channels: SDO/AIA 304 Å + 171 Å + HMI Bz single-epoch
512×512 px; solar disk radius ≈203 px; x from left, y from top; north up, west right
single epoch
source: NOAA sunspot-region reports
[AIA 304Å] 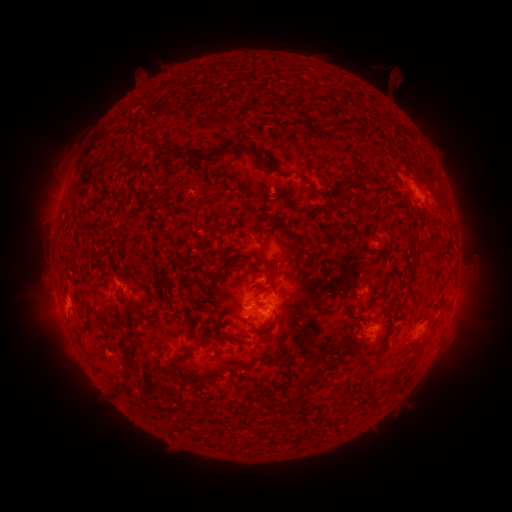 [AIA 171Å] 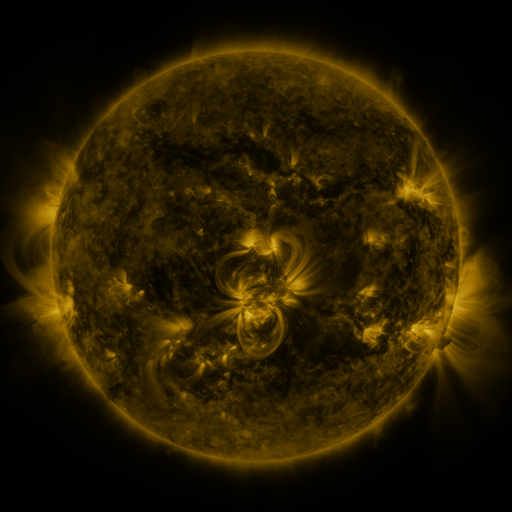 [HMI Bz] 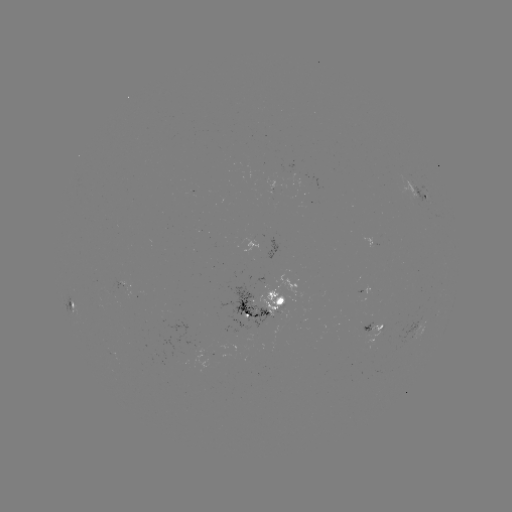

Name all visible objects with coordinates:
spotted active region: (421, 195)
spotted active region: (128, 283)
spotted active region: (369, 291)
spotted active region: (74, 303)
spotted active region: (262, 307)
spotted active region: (372, 328)
spotted active region: (419, 328)
